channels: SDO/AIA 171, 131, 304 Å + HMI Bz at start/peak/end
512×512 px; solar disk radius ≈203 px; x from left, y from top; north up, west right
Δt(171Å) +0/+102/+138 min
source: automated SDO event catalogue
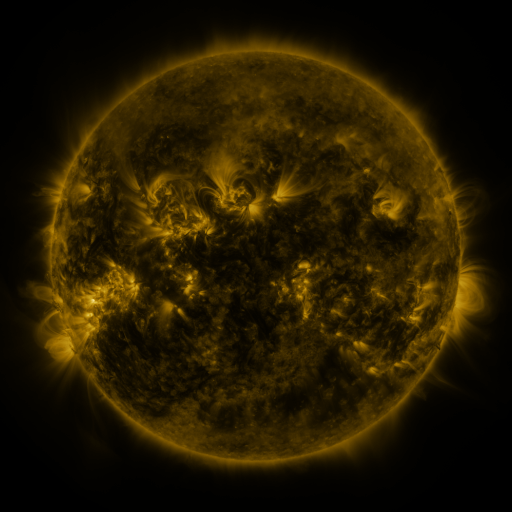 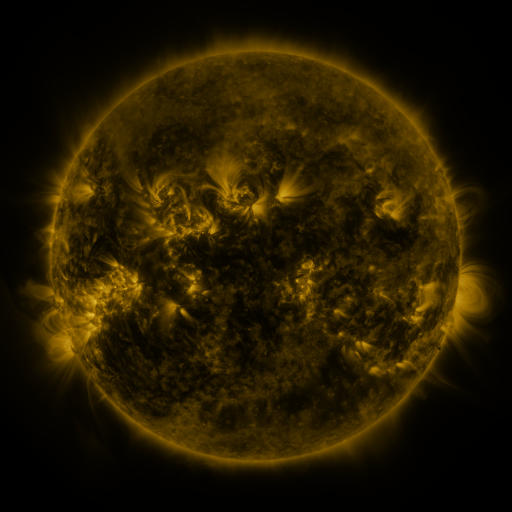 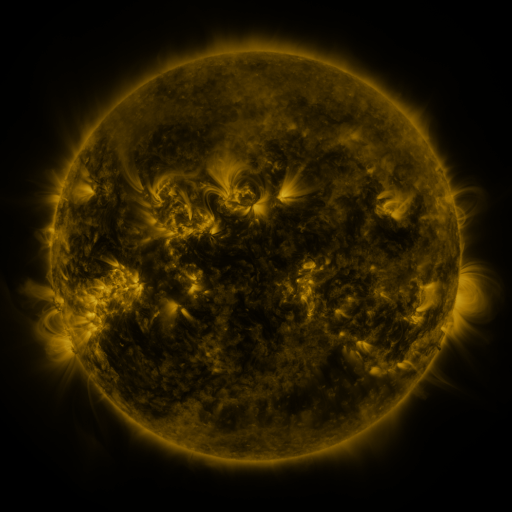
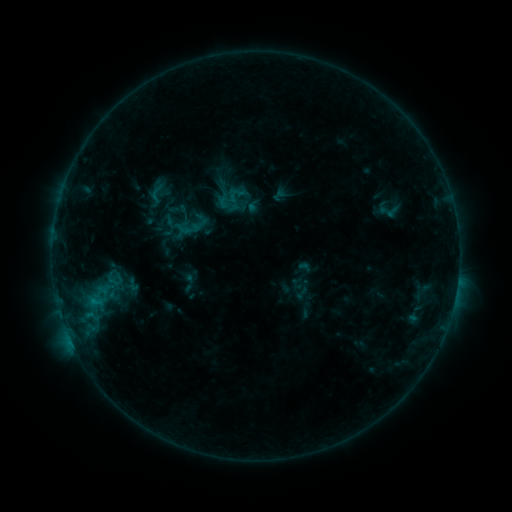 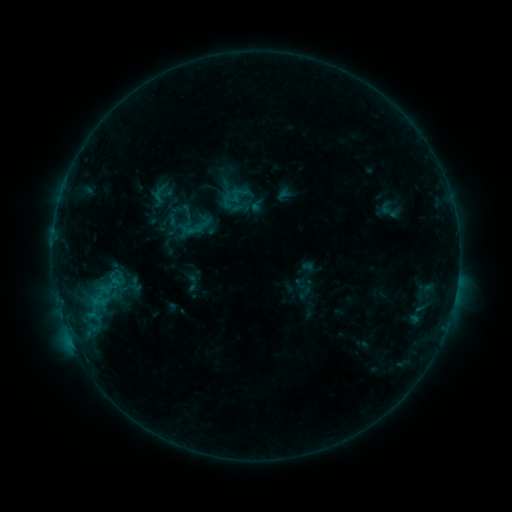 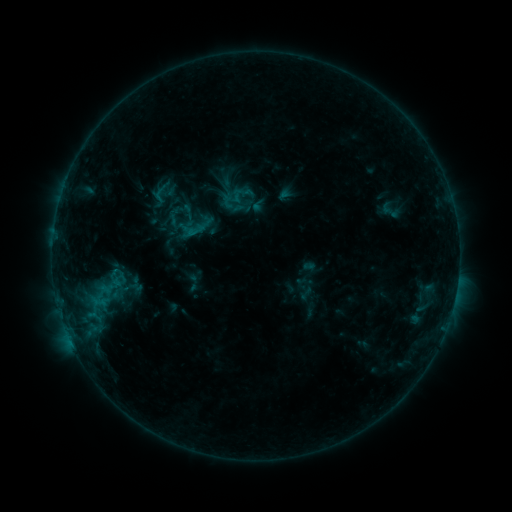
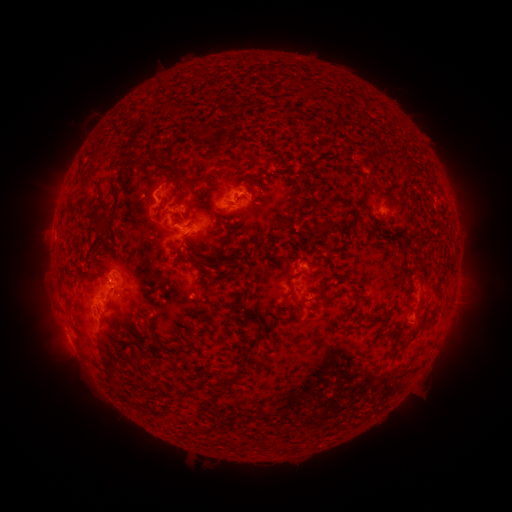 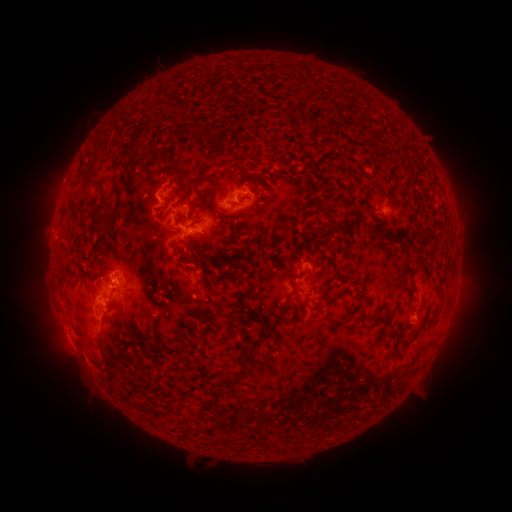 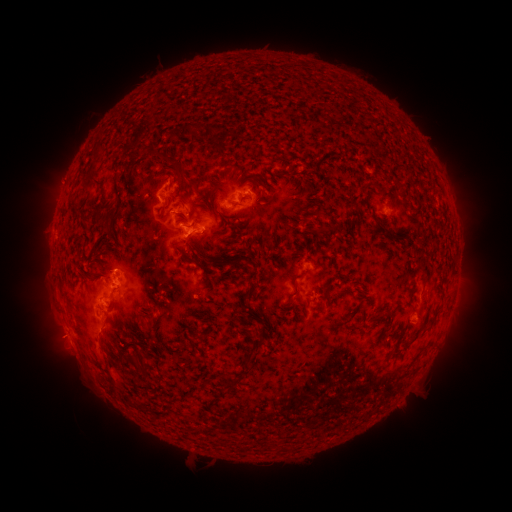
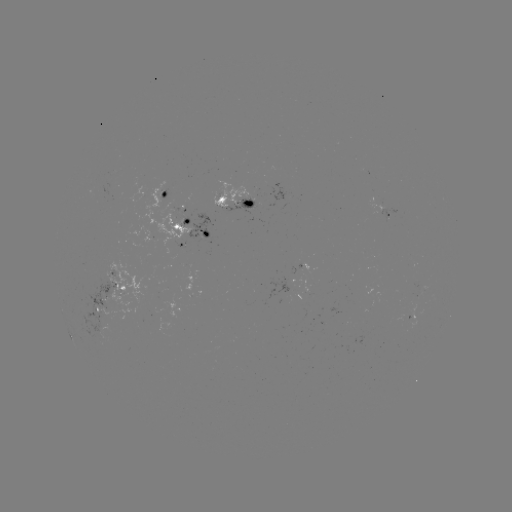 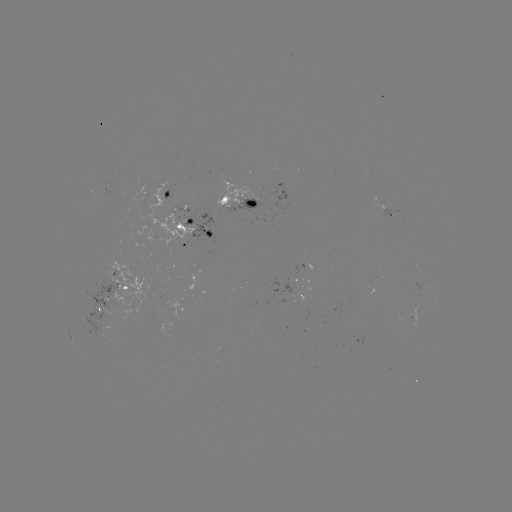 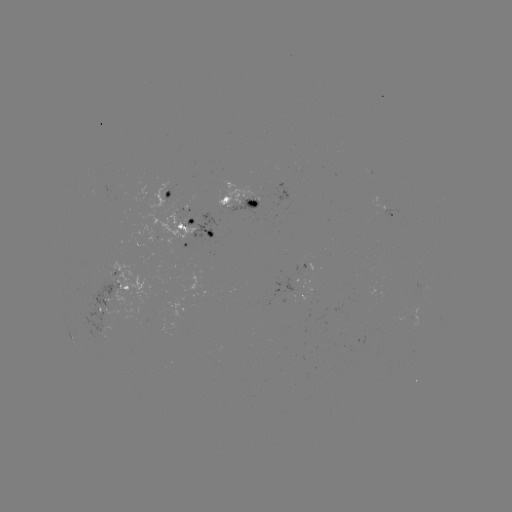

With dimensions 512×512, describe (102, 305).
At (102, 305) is emerging-flux region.